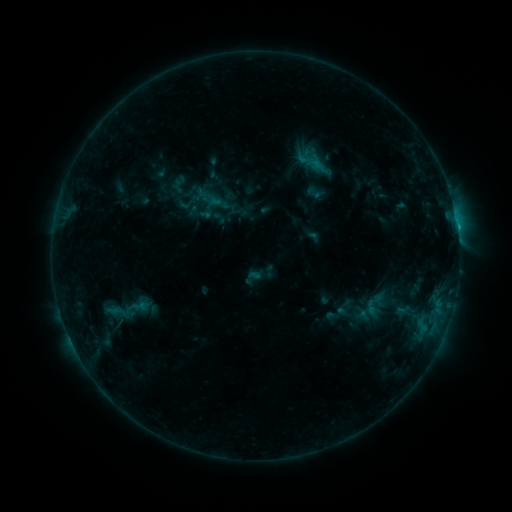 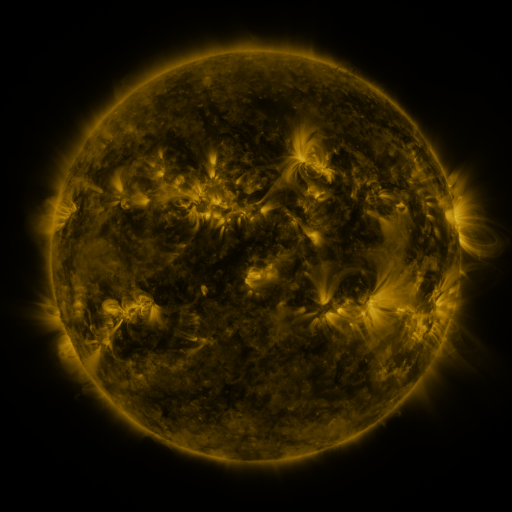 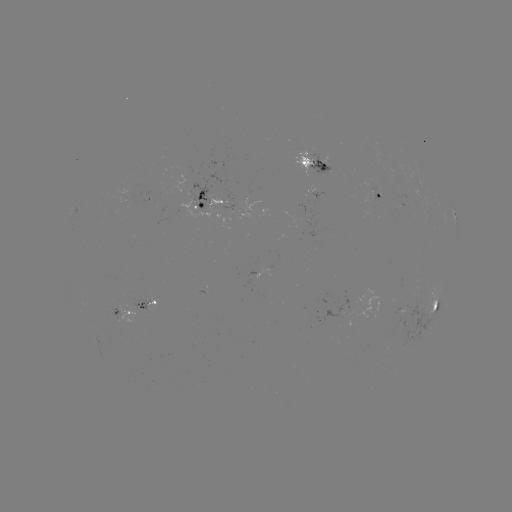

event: sigmoid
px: (374, 304)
